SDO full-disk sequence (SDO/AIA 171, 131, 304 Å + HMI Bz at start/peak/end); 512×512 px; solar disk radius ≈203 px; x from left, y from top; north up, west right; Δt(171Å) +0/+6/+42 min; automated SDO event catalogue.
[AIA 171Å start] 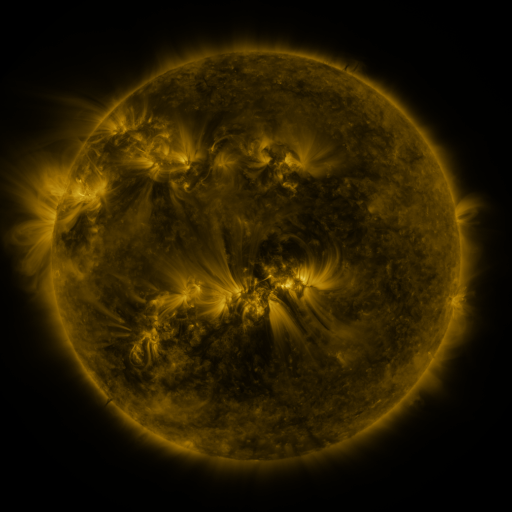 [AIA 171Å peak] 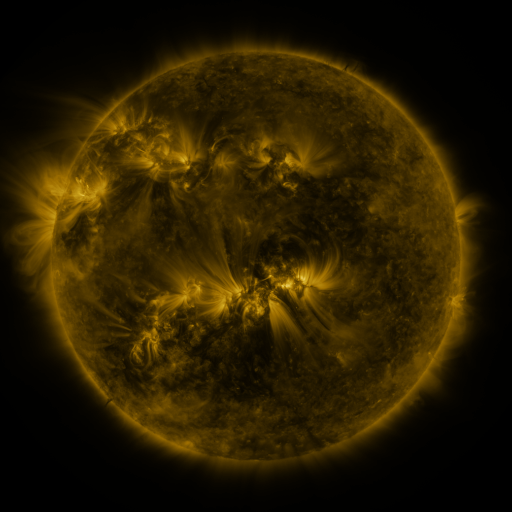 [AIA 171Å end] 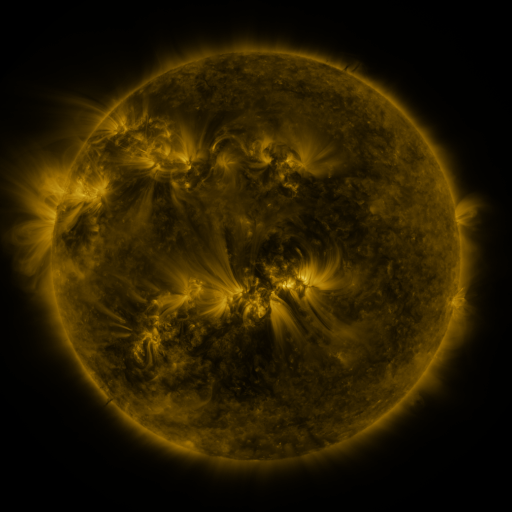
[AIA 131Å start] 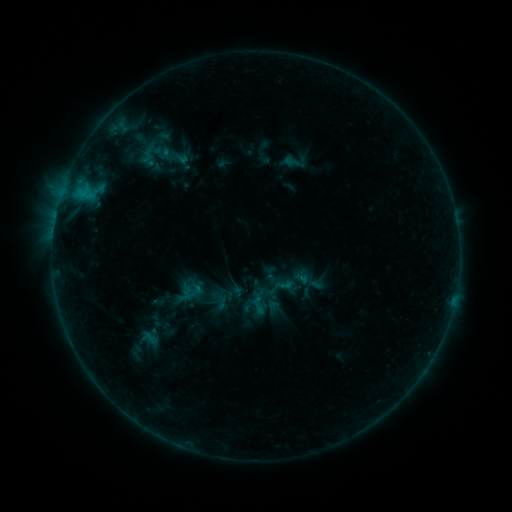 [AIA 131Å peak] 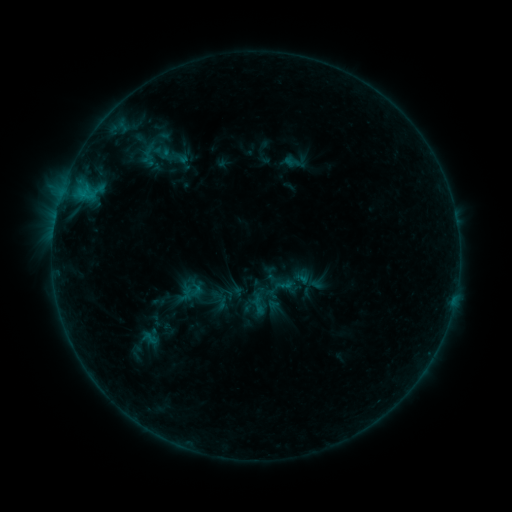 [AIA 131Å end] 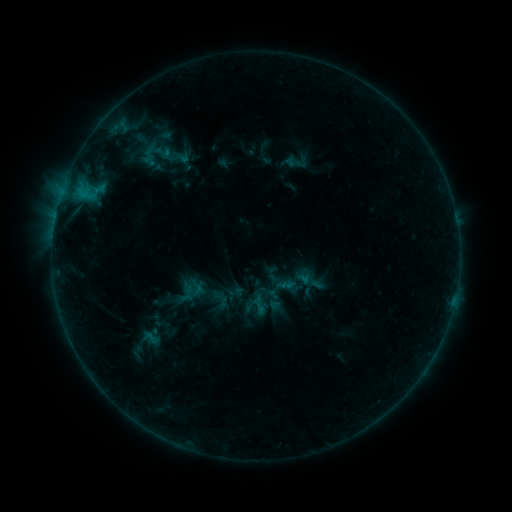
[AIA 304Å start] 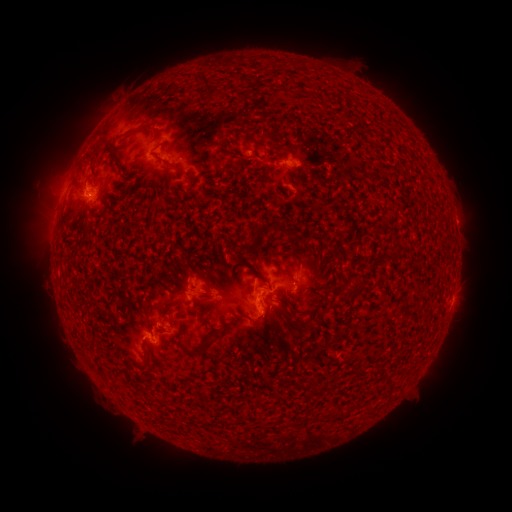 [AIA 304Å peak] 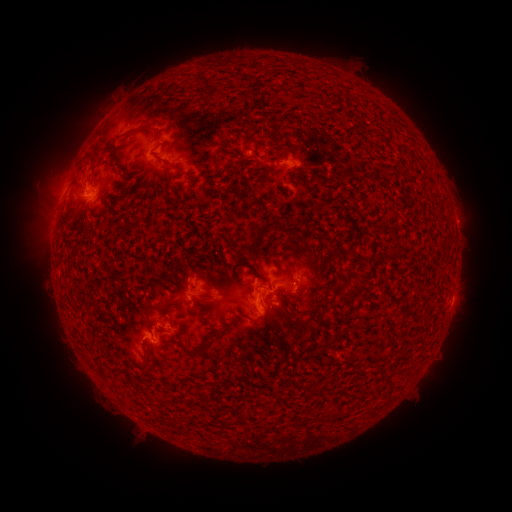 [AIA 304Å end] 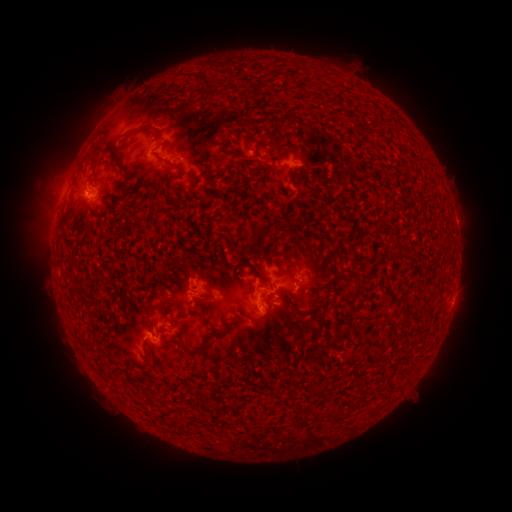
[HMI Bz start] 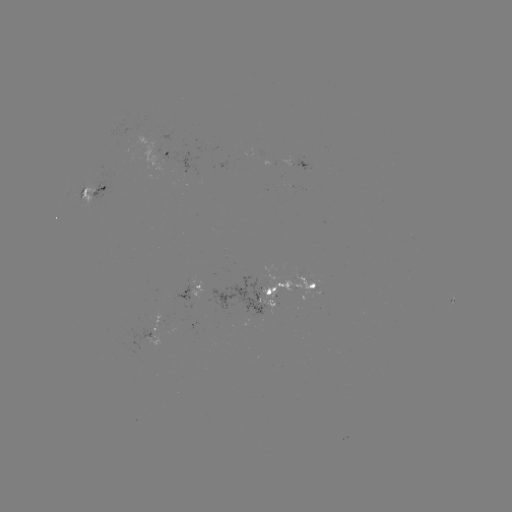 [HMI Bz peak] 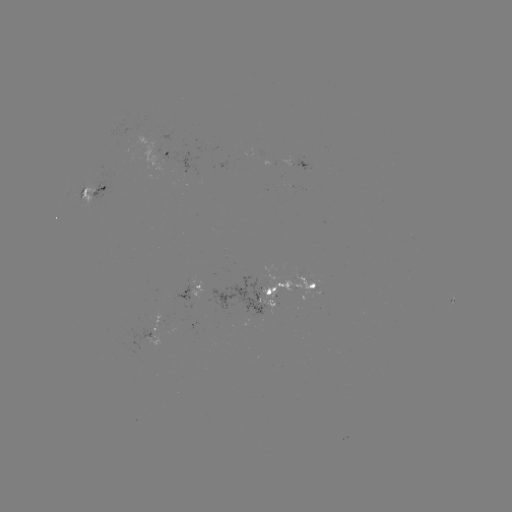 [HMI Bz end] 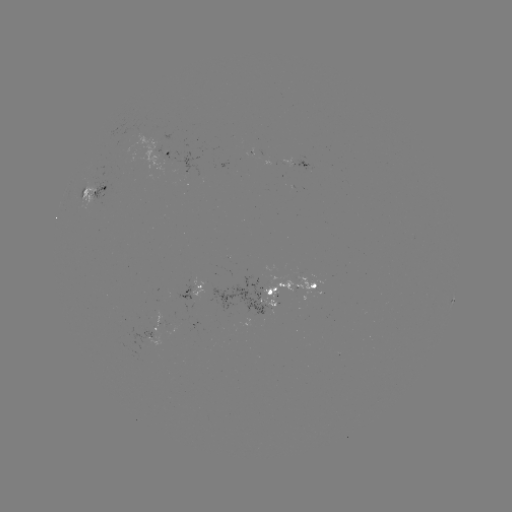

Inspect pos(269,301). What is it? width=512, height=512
emerging-flux region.